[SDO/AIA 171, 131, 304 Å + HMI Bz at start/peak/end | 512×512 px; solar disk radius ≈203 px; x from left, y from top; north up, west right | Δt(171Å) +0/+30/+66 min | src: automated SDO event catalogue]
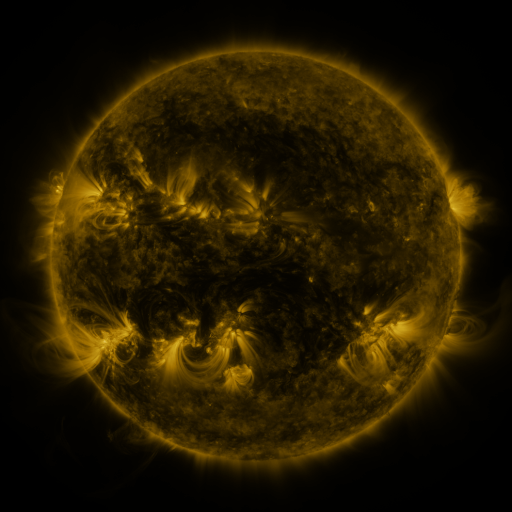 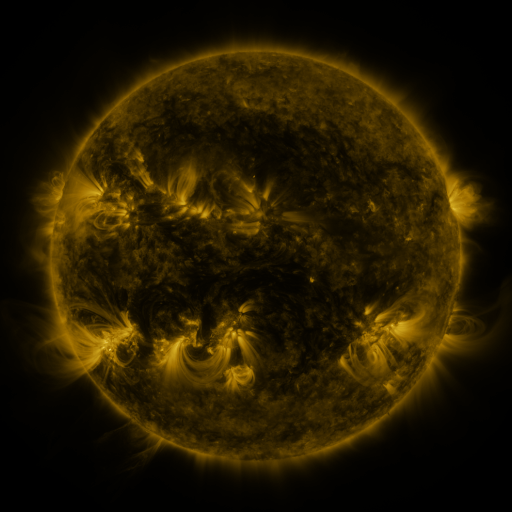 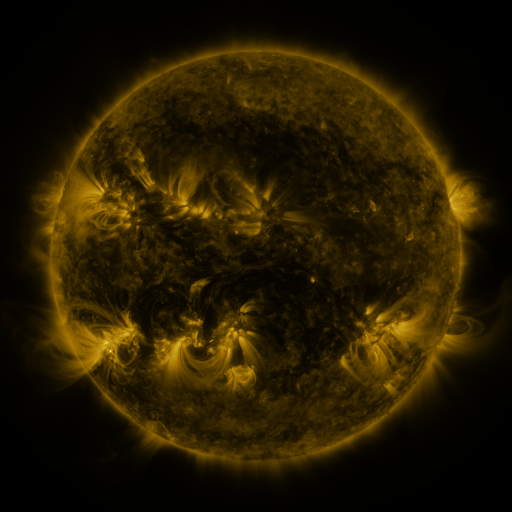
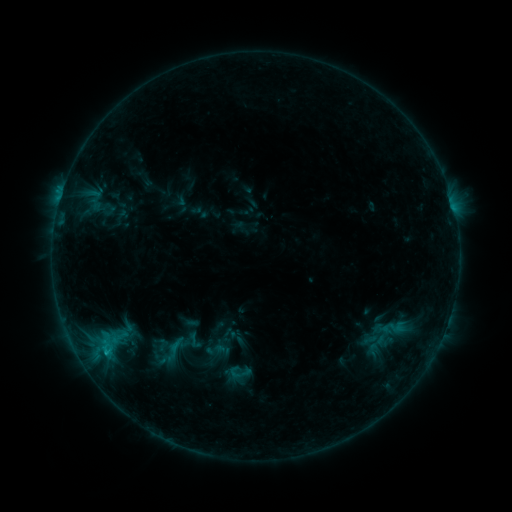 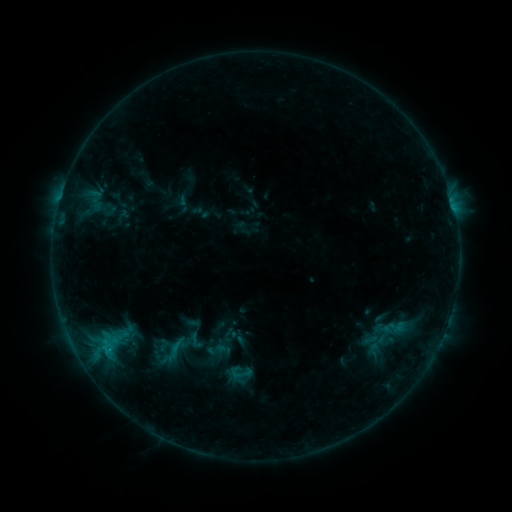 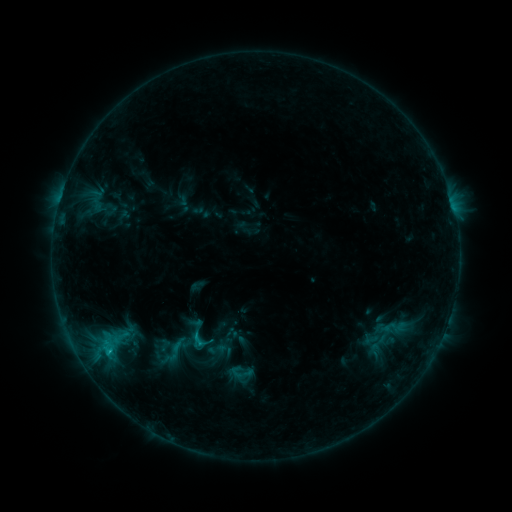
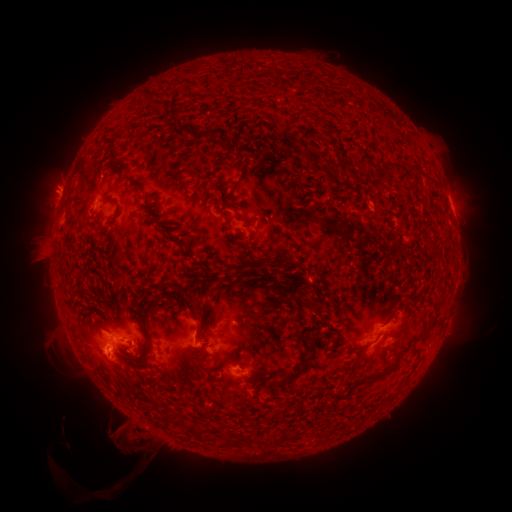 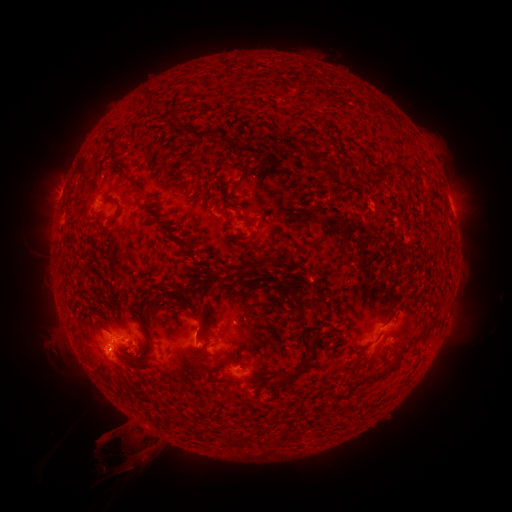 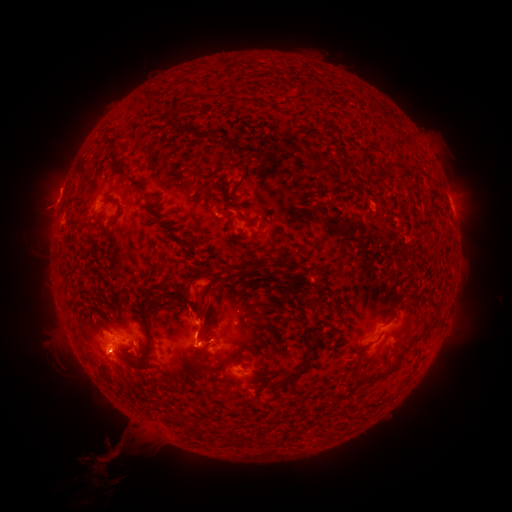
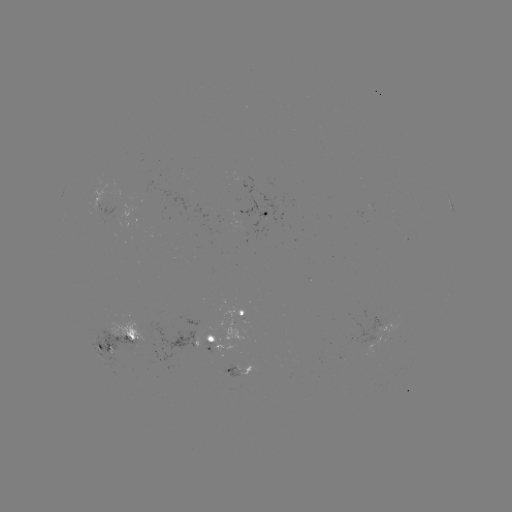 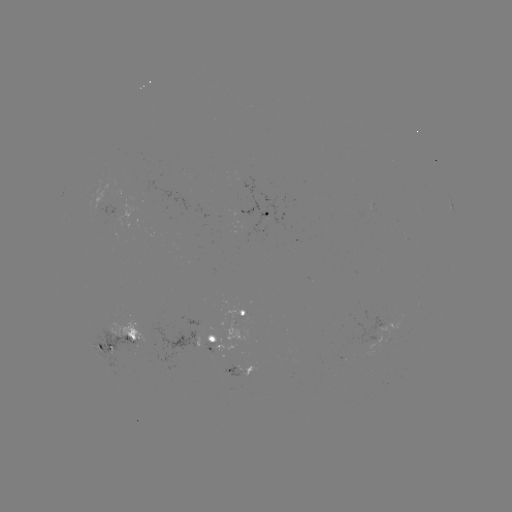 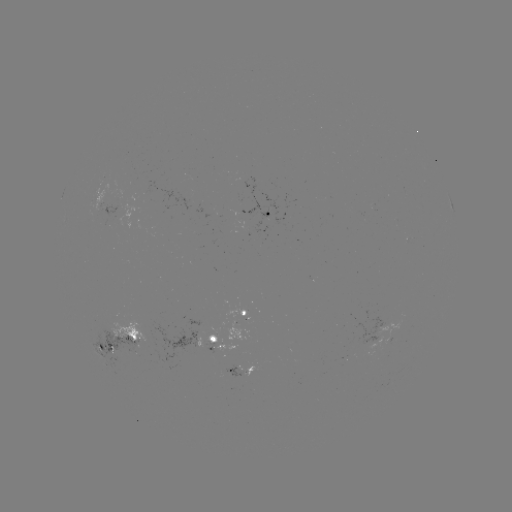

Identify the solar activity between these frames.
eruption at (105, 454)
